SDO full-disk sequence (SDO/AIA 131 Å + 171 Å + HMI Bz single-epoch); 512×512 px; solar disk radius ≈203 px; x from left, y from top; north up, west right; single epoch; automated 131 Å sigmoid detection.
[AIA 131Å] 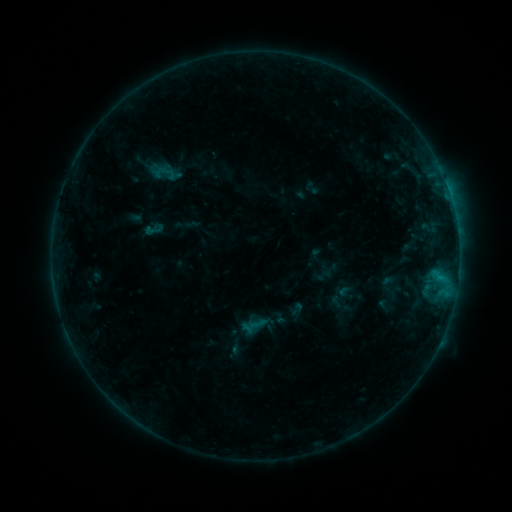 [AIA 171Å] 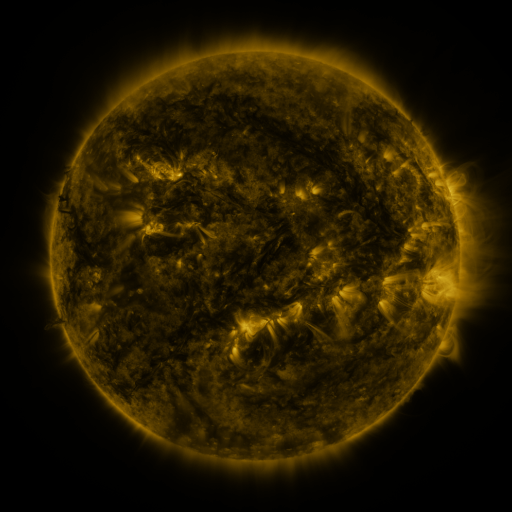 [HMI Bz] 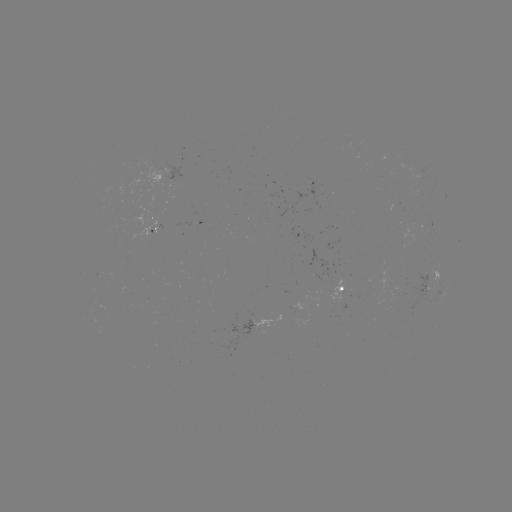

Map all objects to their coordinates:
sigmoid: <bbox>144, 219, 165, 239</bbox>
